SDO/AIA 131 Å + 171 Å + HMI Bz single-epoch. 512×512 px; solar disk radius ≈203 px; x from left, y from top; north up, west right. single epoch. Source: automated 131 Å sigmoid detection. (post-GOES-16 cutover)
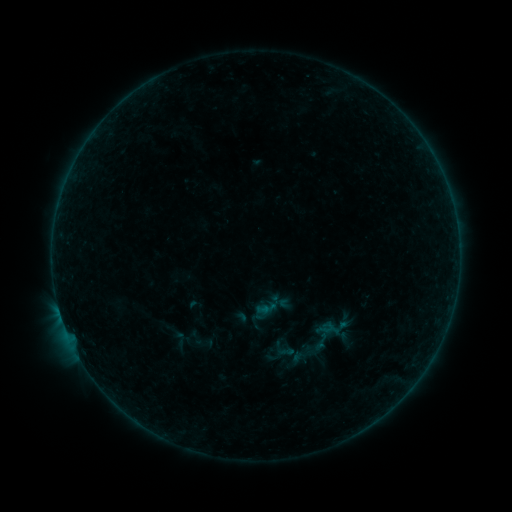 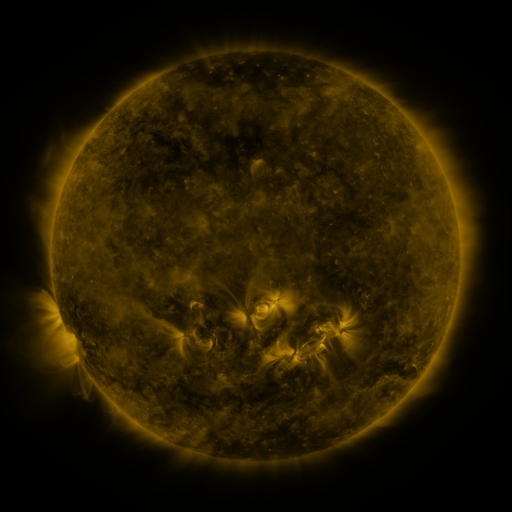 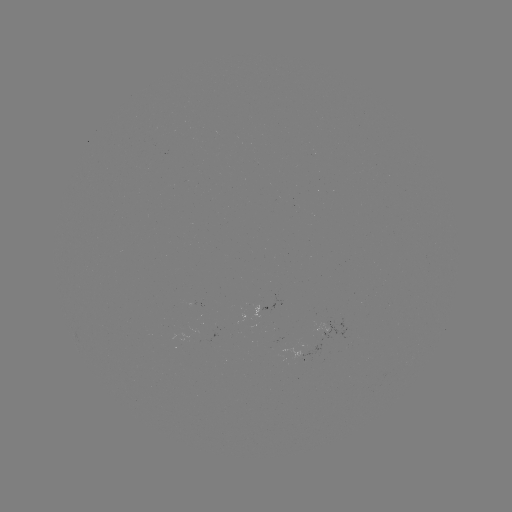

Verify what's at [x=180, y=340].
sigmoid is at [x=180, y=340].